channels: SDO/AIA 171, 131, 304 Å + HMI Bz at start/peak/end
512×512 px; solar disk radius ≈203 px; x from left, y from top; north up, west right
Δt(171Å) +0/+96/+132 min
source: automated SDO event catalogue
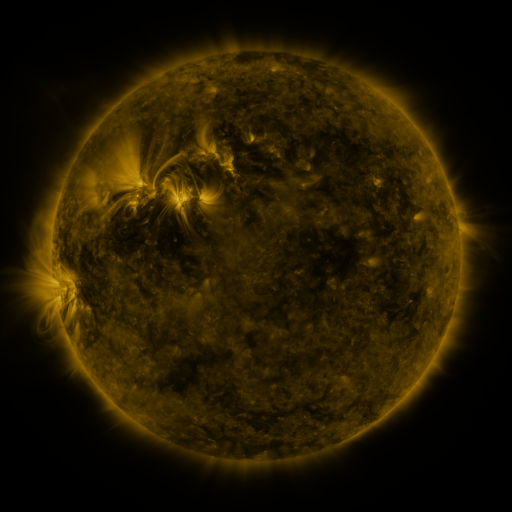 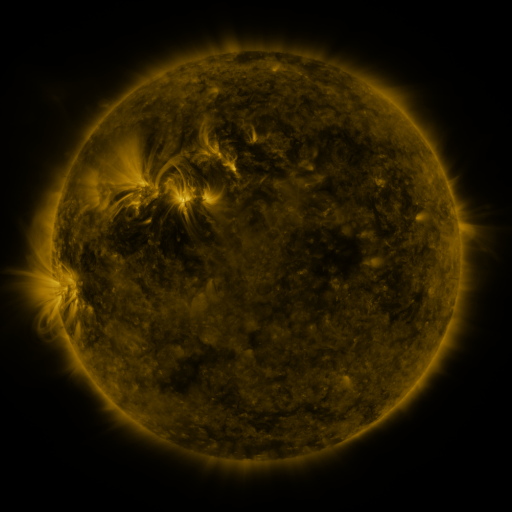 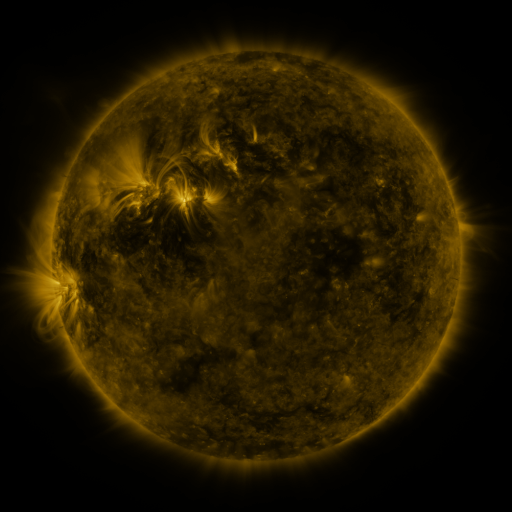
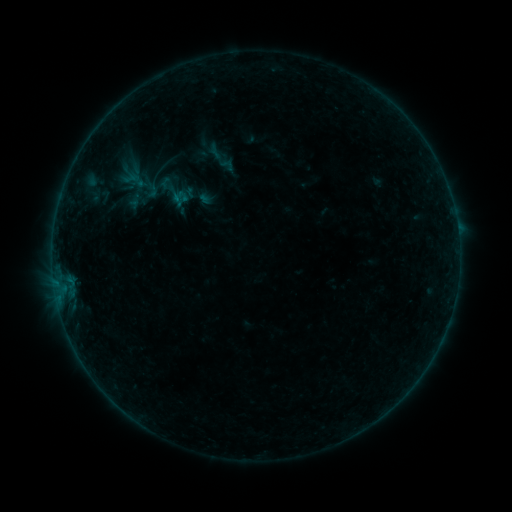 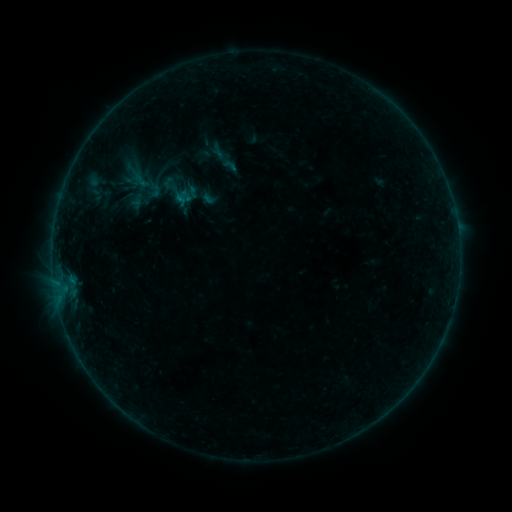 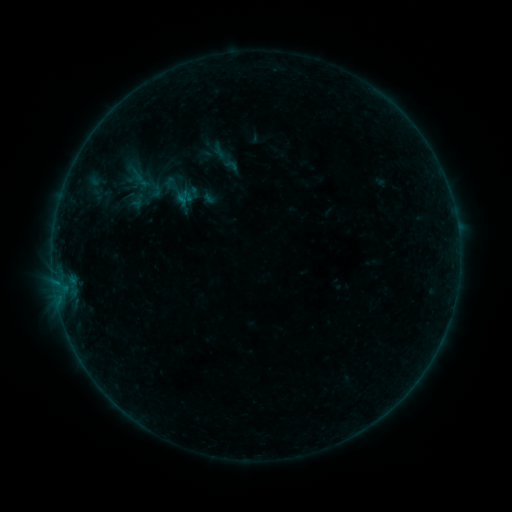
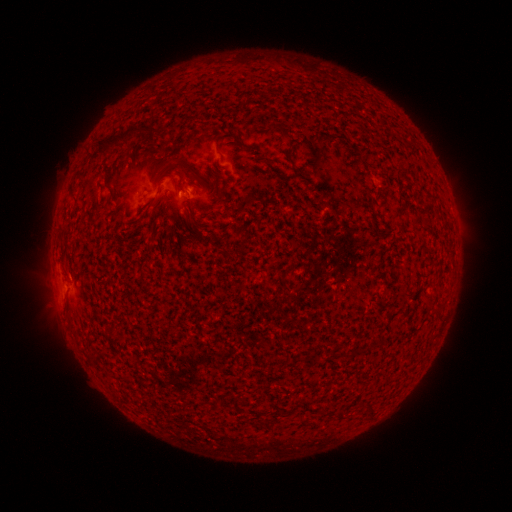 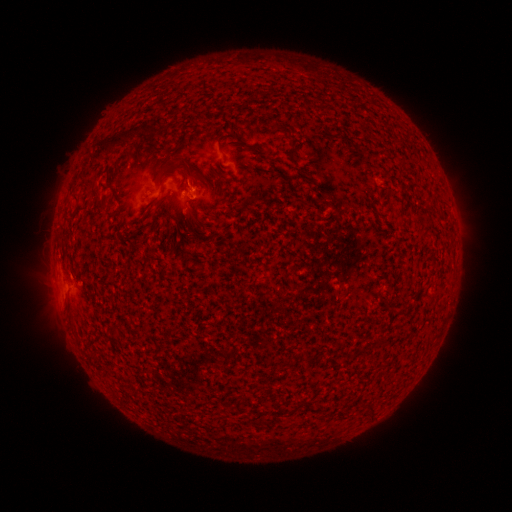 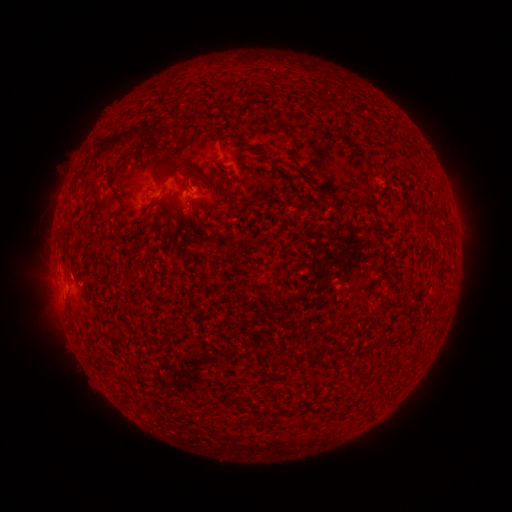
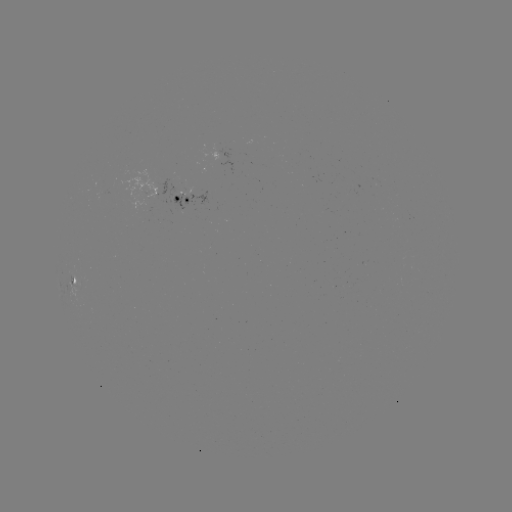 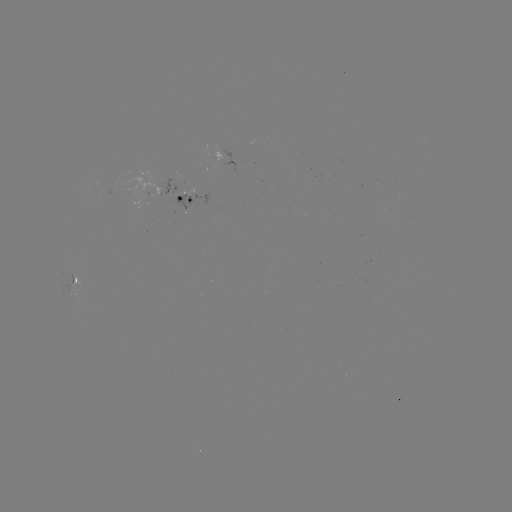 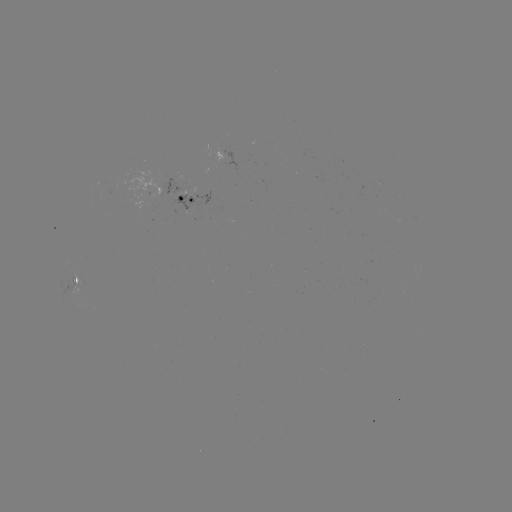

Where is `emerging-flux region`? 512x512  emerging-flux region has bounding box [162, 179, 194, 209].